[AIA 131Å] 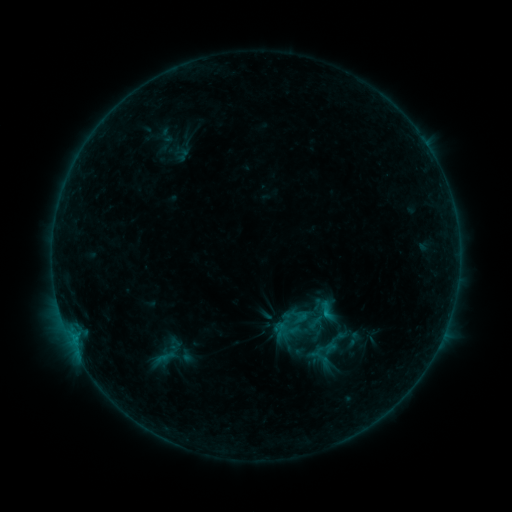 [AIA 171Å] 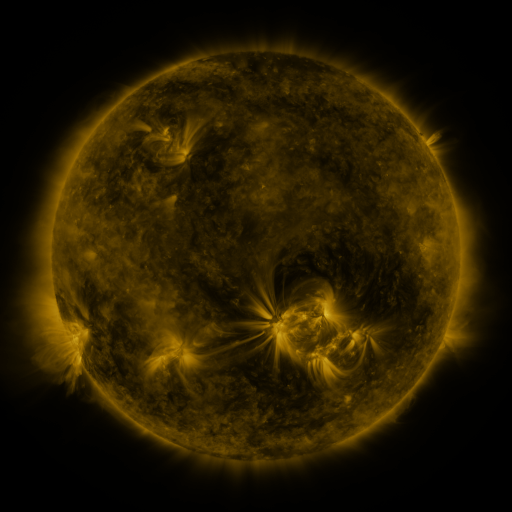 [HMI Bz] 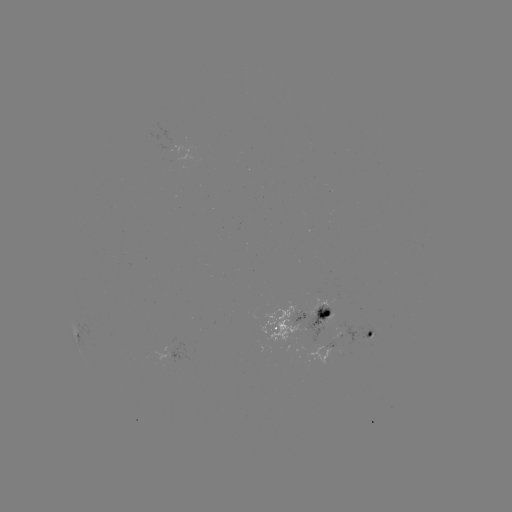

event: sigmoid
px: (354, 340)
